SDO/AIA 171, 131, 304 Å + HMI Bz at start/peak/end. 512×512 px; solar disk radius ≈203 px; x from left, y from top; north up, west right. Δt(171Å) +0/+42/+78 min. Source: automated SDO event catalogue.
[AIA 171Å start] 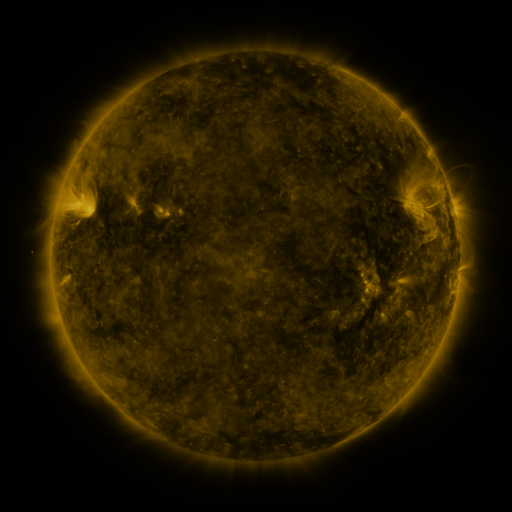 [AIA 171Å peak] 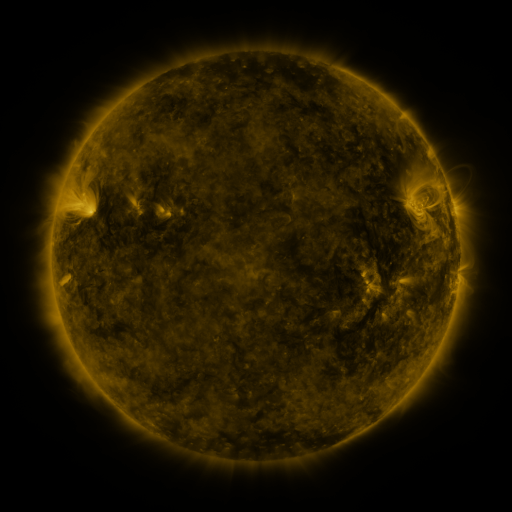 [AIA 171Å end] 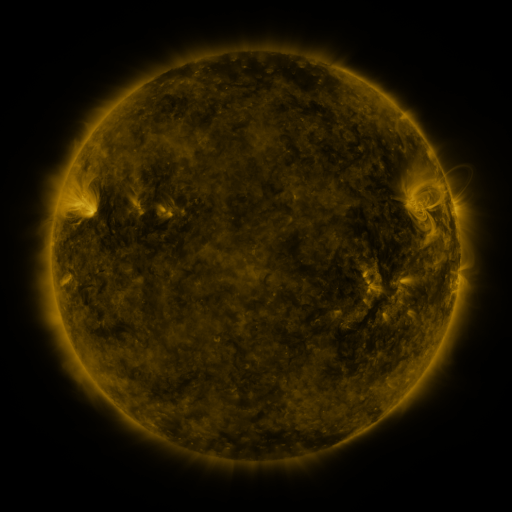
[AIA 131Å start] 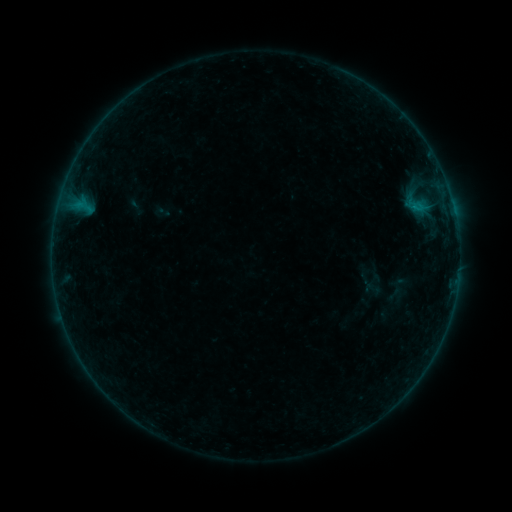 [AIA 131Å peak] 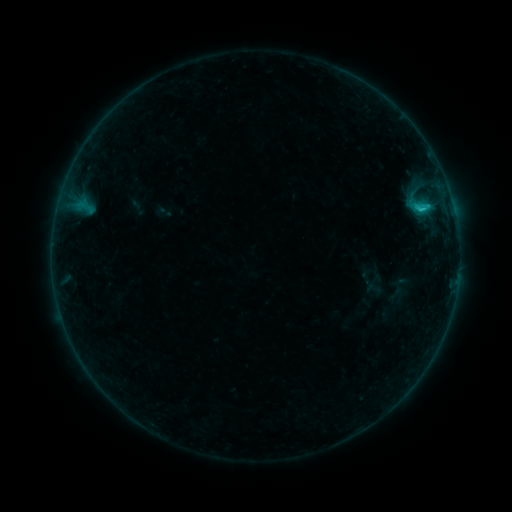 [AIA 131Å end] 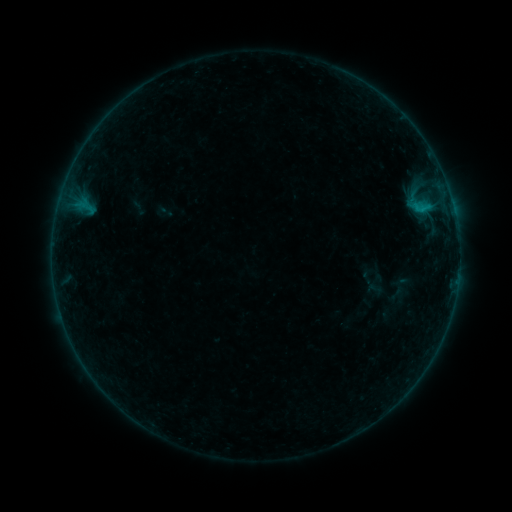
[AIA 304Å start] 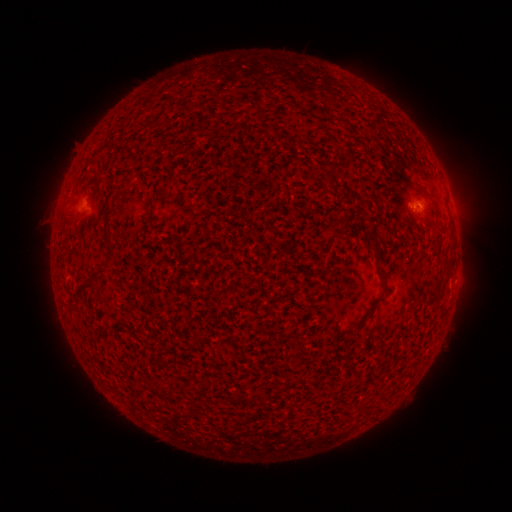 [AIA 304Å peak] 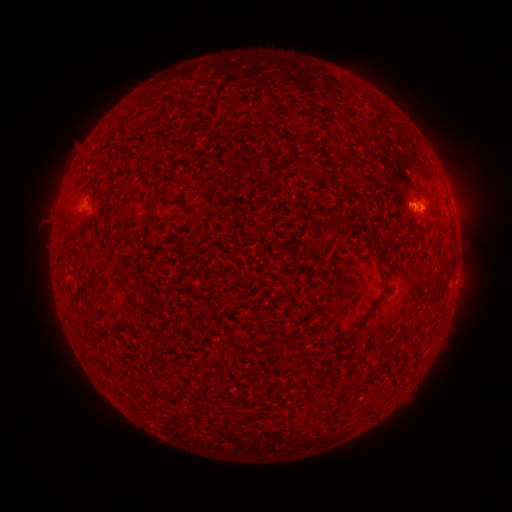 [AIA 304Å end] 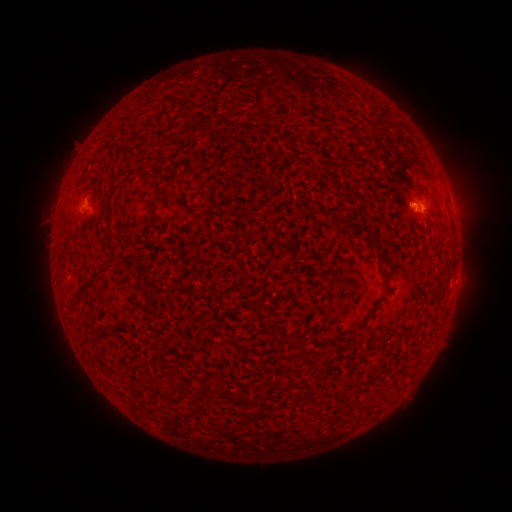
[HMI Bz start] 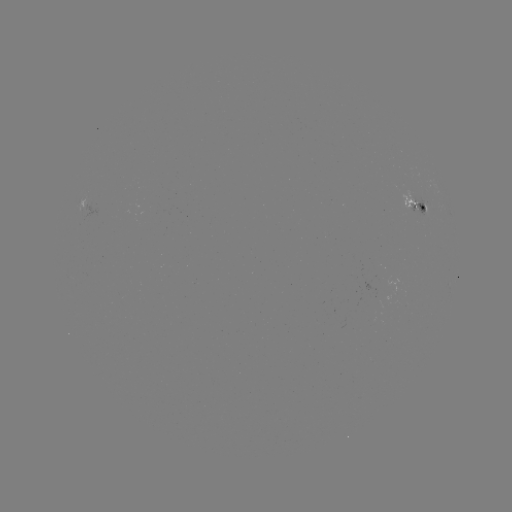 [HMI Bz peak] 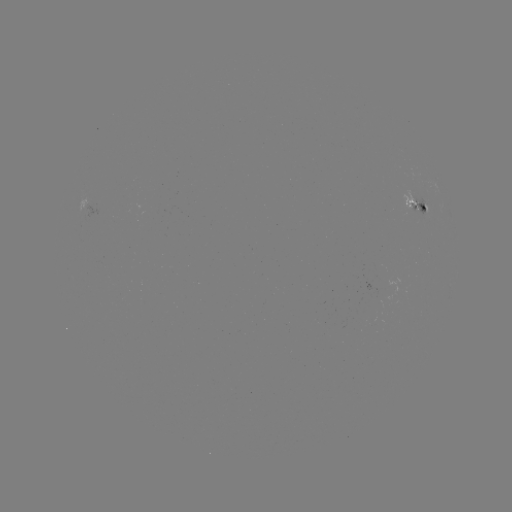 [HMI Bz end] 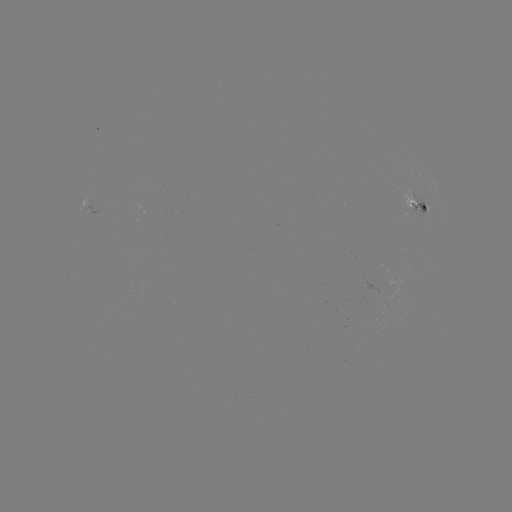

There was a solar flare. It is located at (421, 211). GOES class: B9.2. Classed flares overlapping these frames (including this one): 1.